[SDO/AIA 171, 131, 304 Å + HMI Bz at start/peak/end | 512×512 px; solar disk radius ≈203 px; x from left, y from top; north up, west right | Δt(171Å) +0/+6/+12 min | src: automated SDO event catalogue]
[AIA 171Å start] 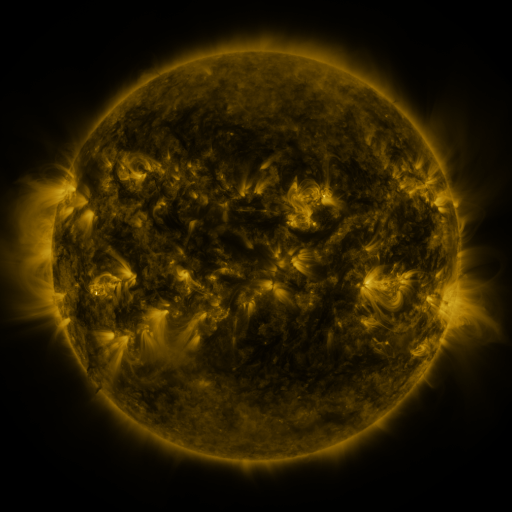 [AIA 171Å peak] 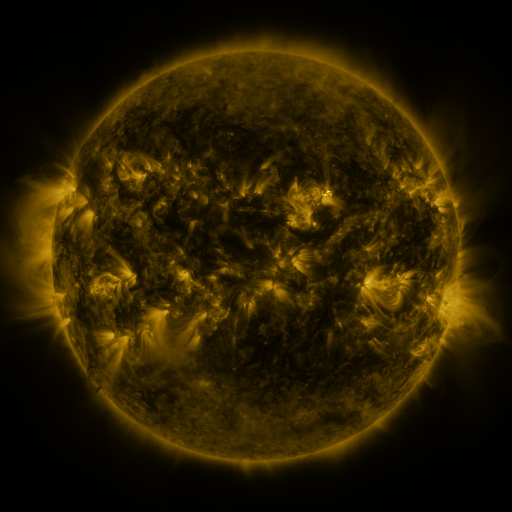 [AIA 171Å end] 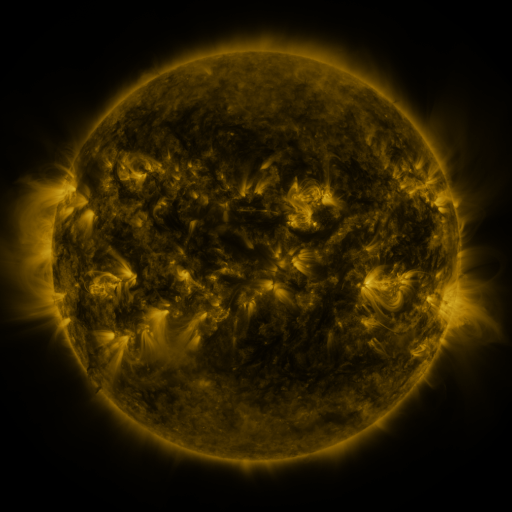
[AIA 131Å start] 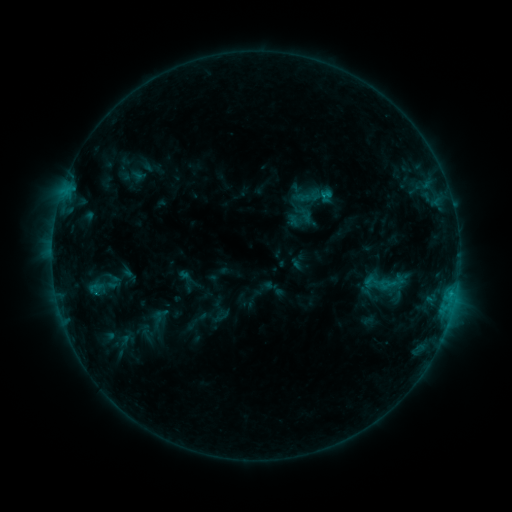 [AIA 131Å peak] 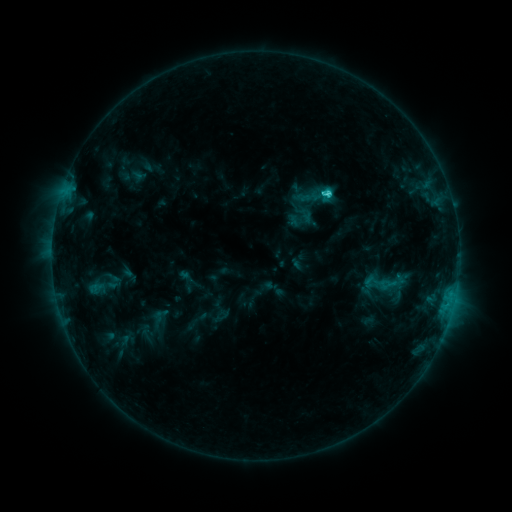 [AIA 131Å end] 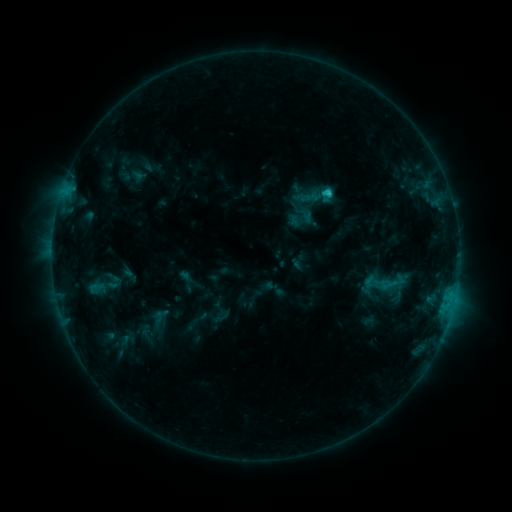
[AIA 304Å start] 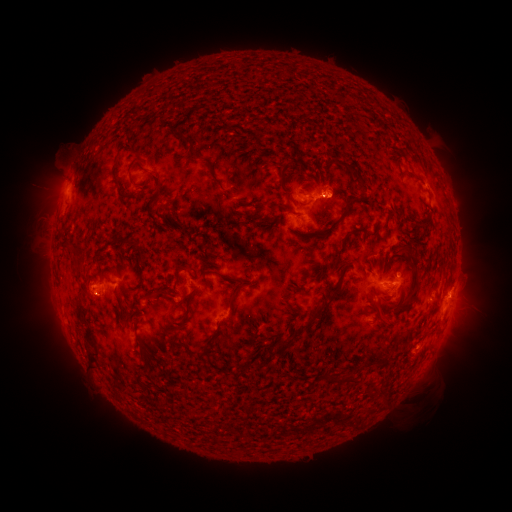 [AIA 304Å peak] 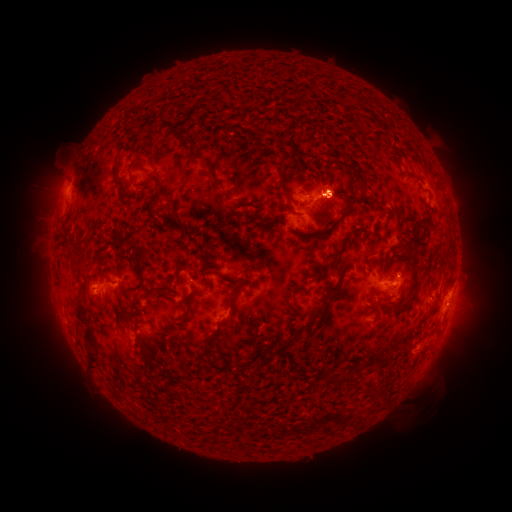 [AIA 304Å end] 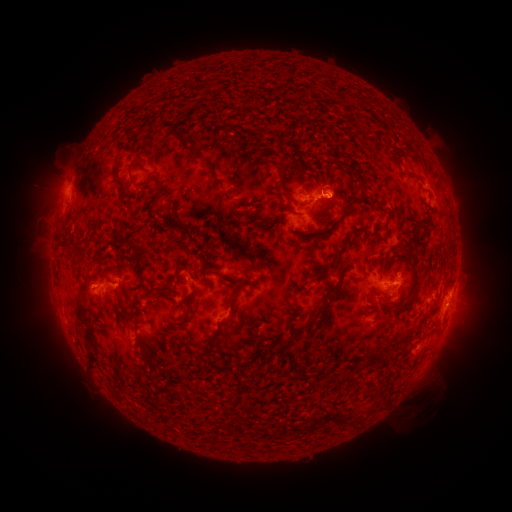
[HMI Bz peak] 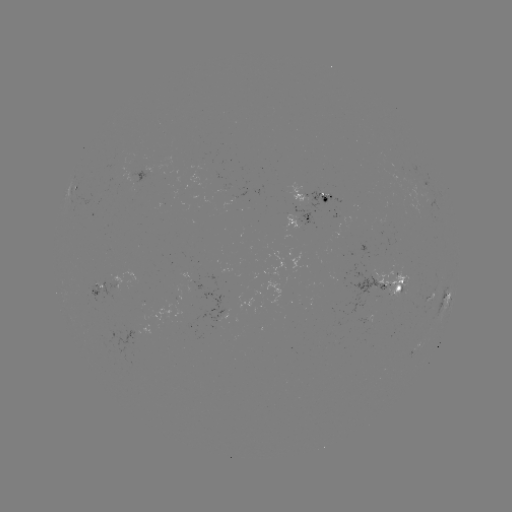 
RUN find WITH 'C2.3 flare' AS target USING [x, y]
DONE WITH [324, 195] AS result